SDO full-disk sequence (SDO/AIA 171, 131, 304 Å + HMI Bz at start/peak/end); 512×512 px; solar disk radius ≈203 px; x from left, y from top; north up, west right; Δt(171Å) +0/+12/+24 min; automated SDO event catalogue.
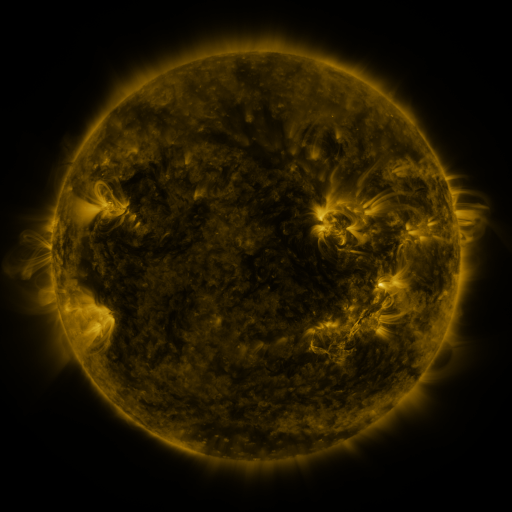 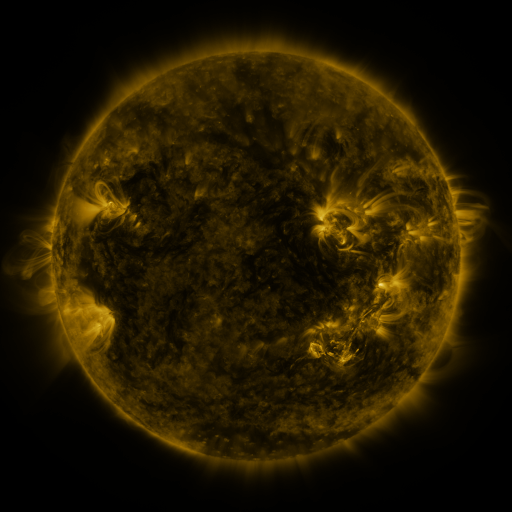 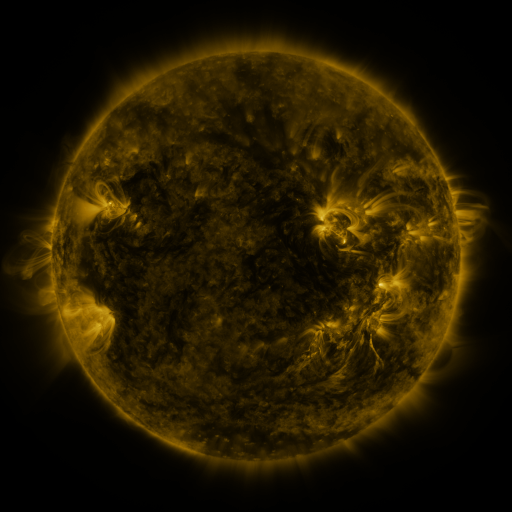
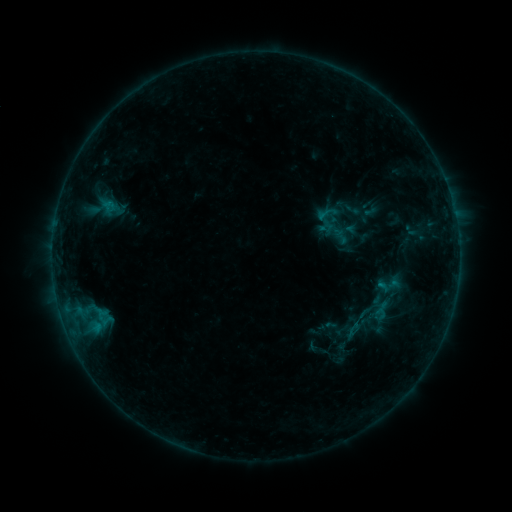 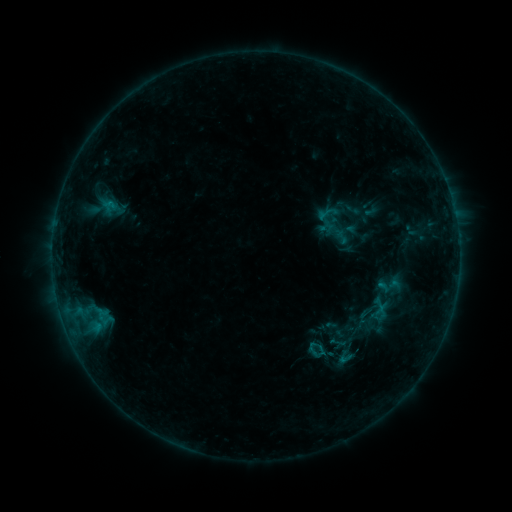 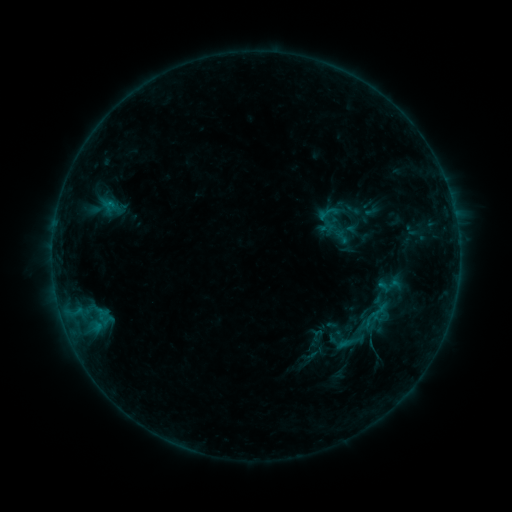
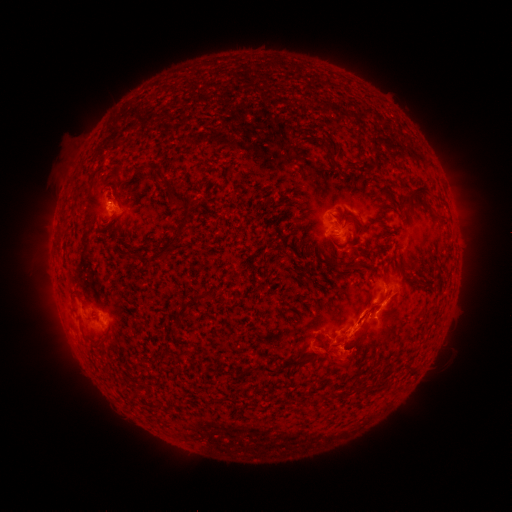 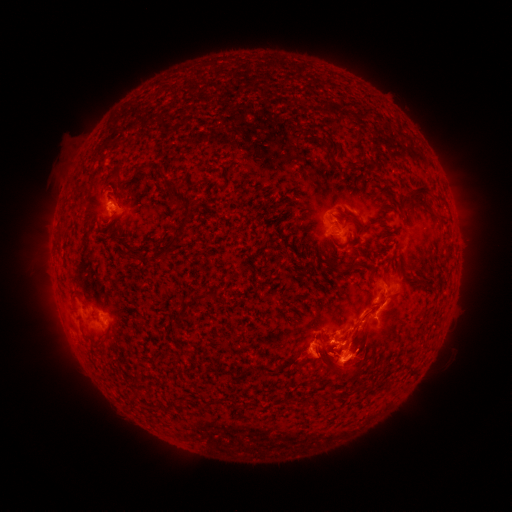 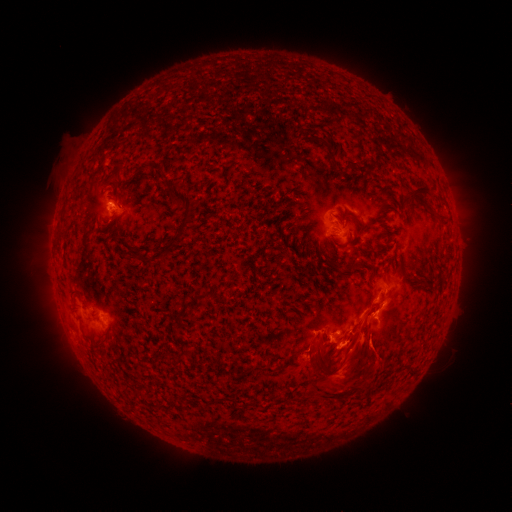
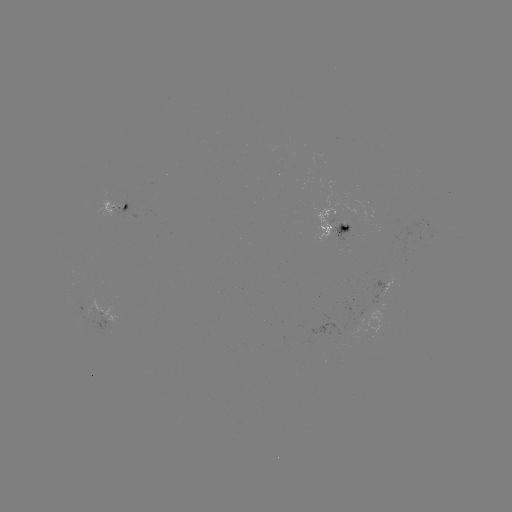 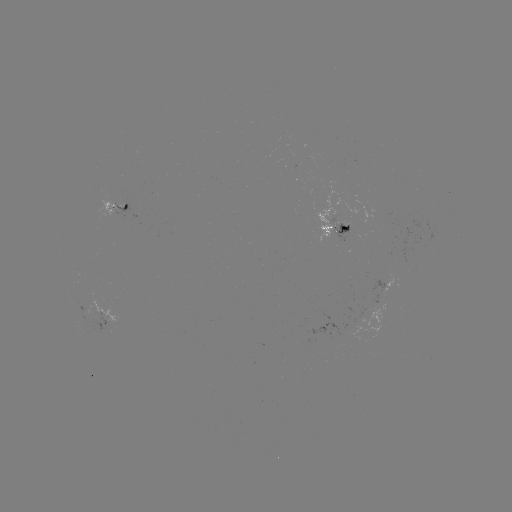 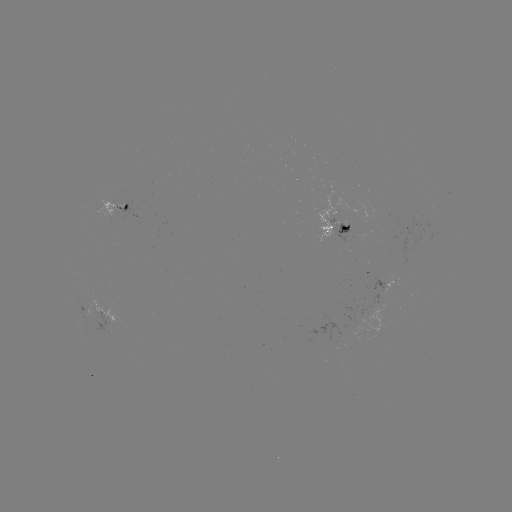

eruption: <bbox>423, 326, 454, 376</bbox>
